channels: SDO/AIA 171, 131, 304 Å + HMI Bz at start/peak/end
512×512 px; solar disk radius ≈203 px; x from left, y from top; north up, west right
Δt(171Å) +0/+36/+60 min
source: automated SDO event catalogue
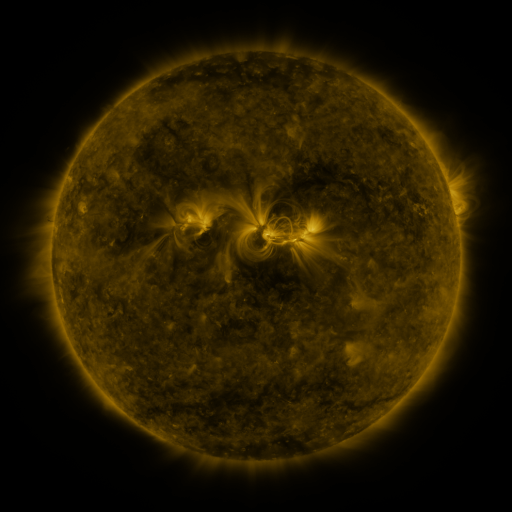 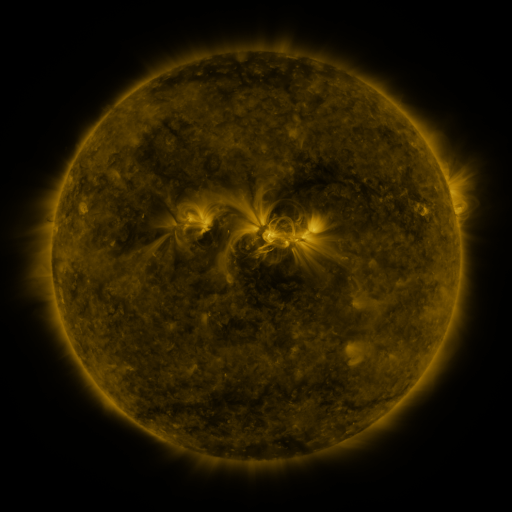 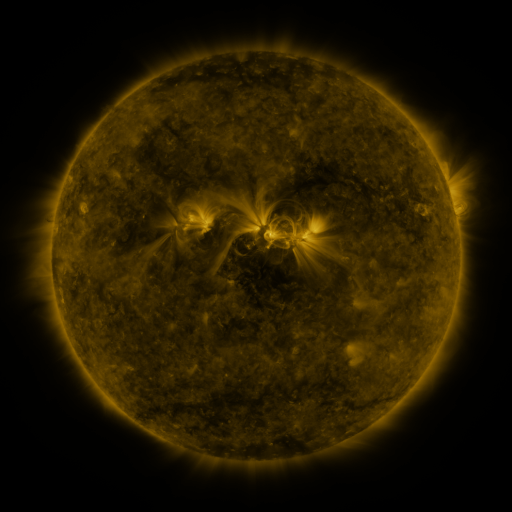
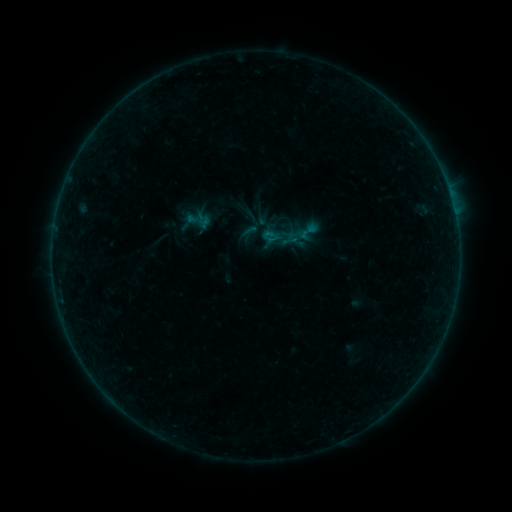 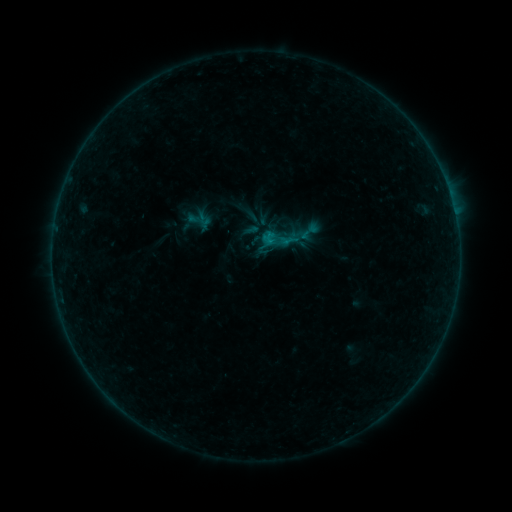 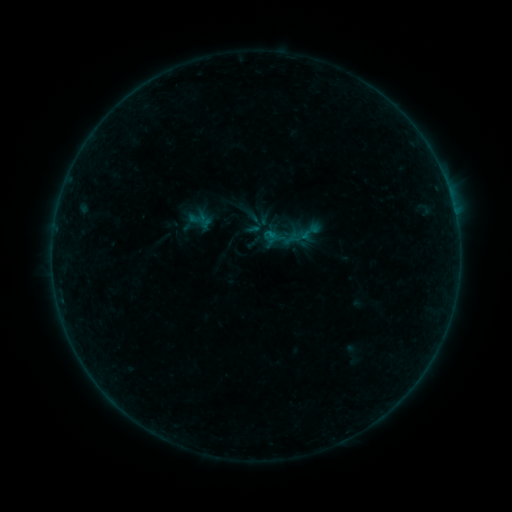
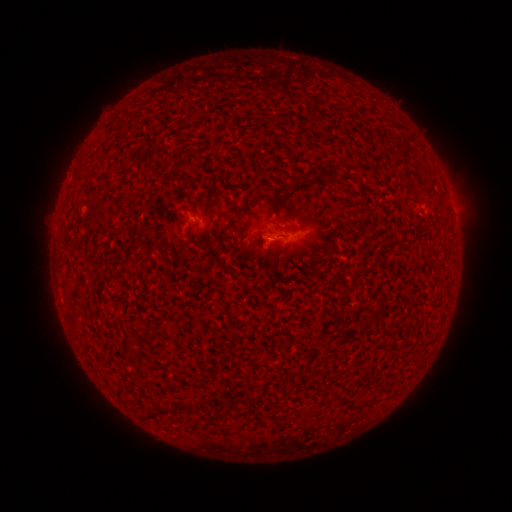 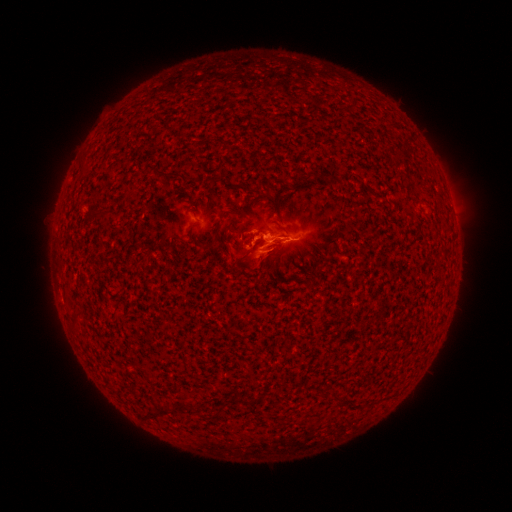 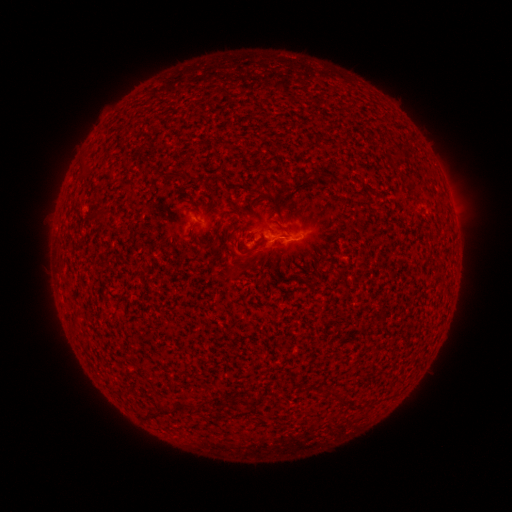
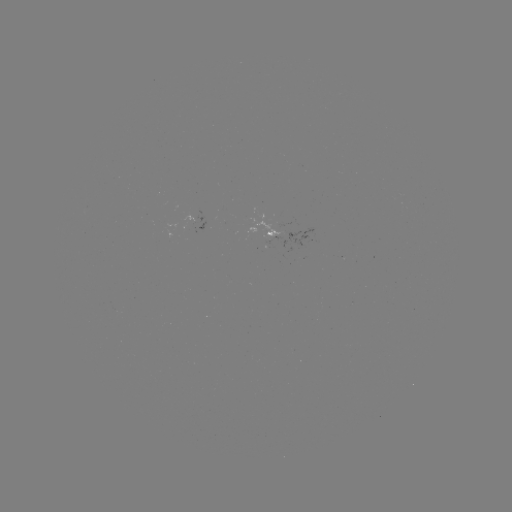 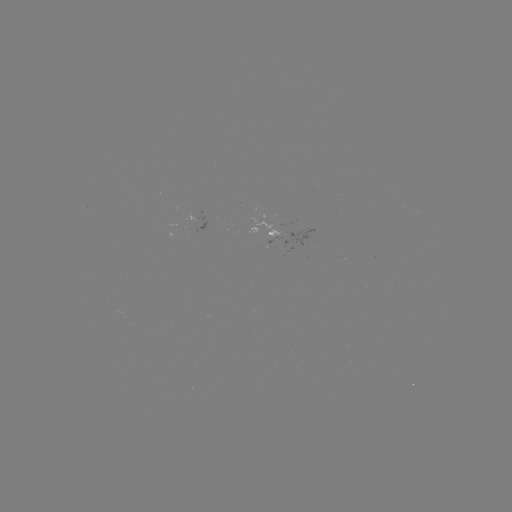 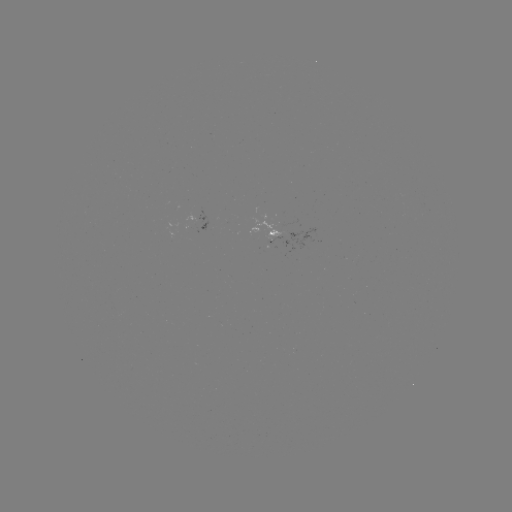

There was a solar flare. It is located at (266, 242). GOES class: B4.4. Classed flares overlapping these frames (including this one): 1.